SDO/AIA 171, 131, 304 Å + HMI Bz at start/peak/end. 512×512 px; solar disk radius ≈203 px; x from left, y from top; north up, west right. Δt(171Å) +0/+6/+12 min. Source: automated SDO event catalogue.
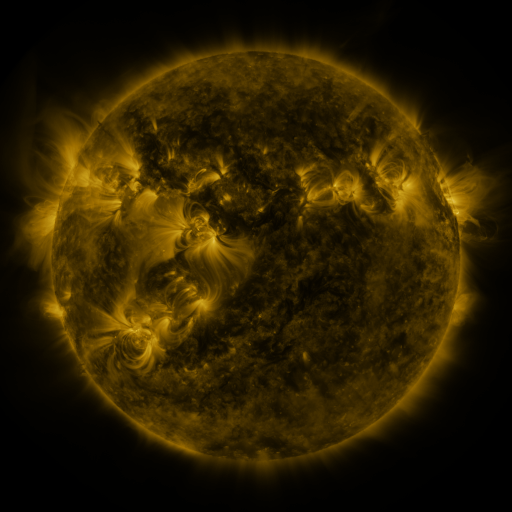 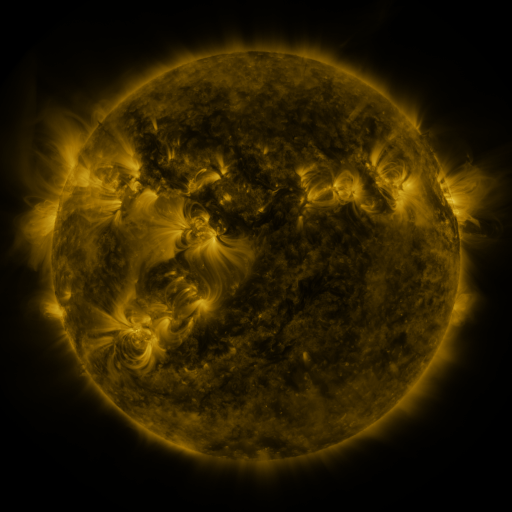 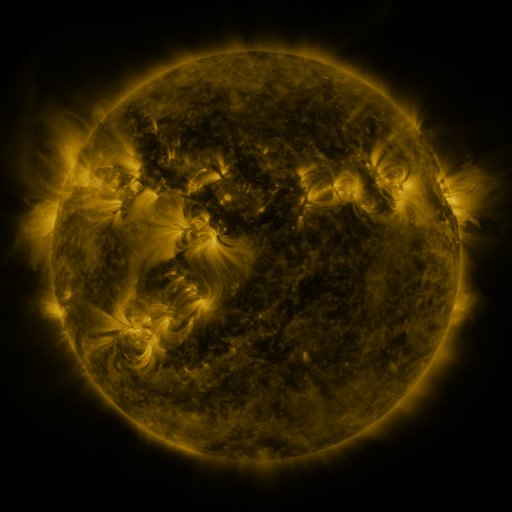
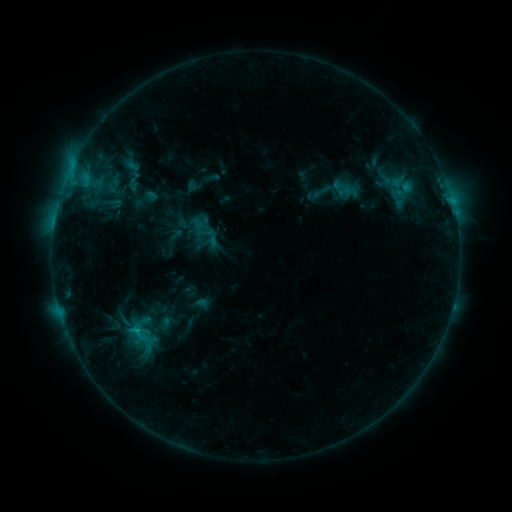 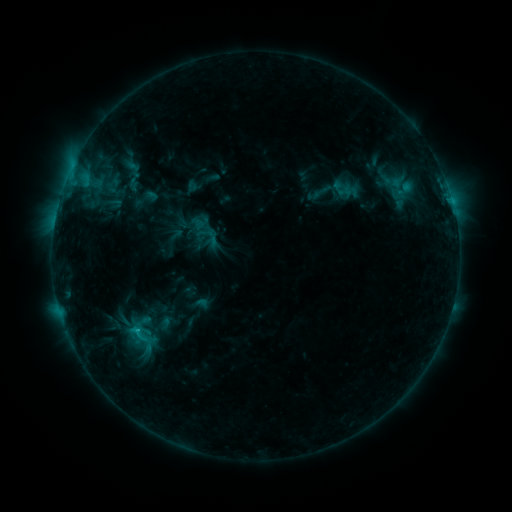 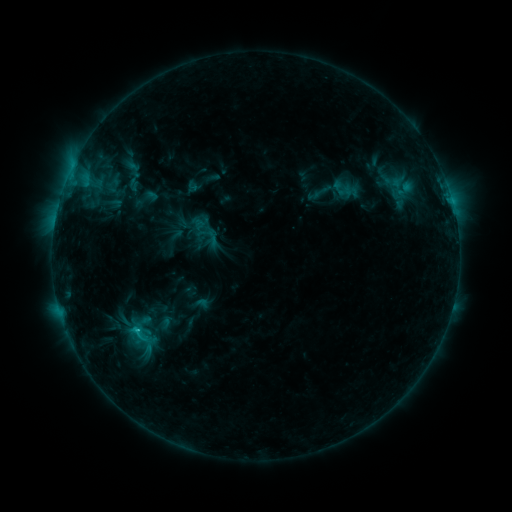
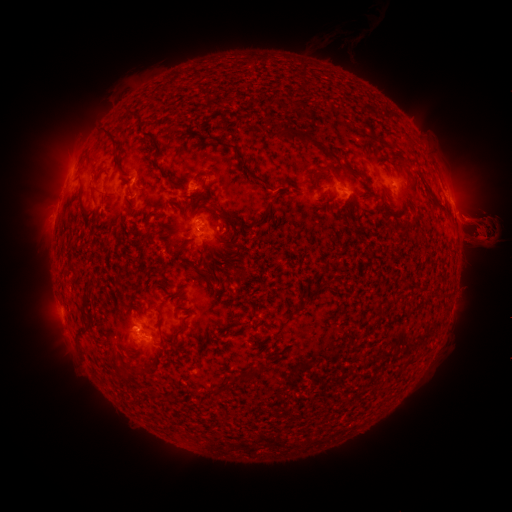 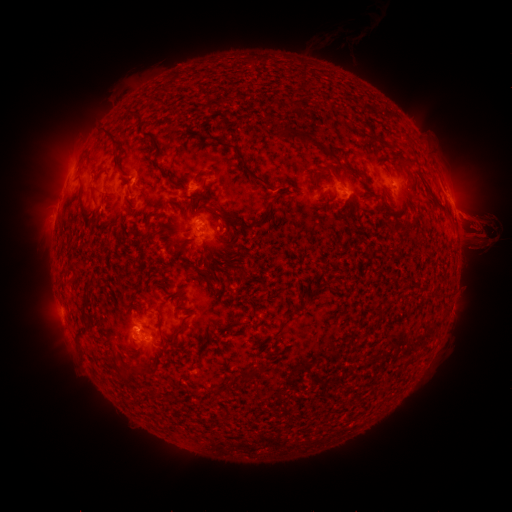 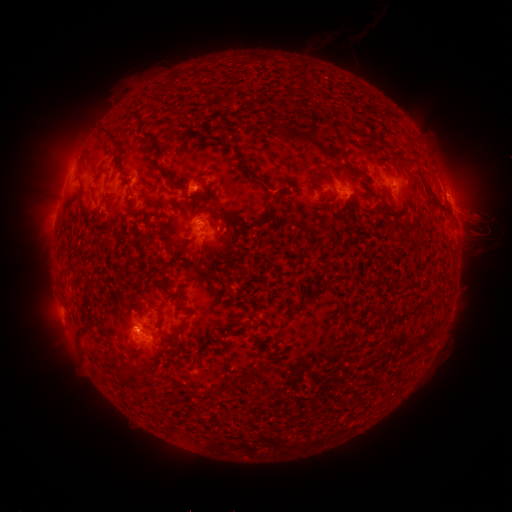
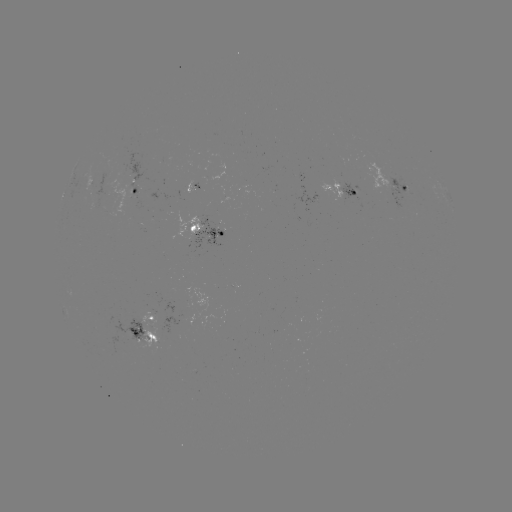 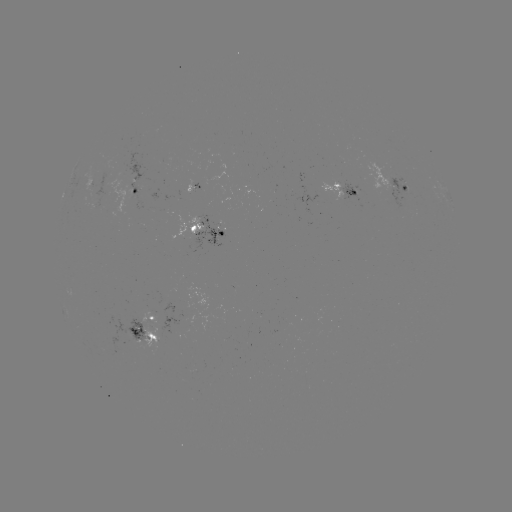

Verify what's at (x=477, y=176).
eruption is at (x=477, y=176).